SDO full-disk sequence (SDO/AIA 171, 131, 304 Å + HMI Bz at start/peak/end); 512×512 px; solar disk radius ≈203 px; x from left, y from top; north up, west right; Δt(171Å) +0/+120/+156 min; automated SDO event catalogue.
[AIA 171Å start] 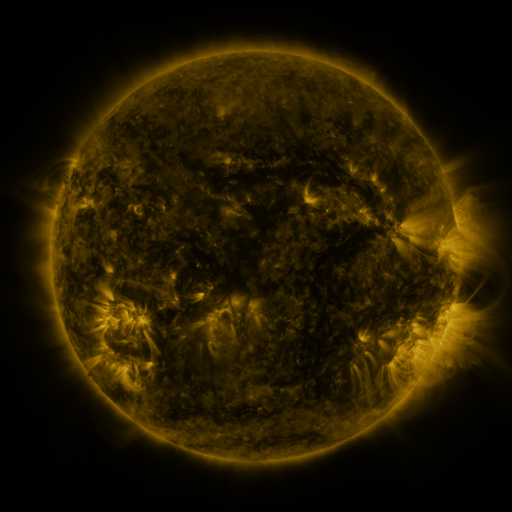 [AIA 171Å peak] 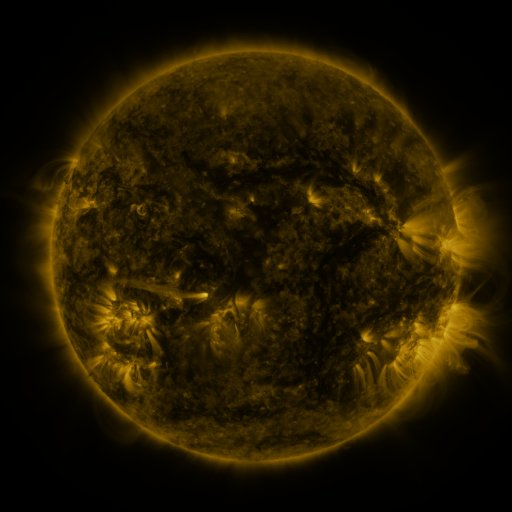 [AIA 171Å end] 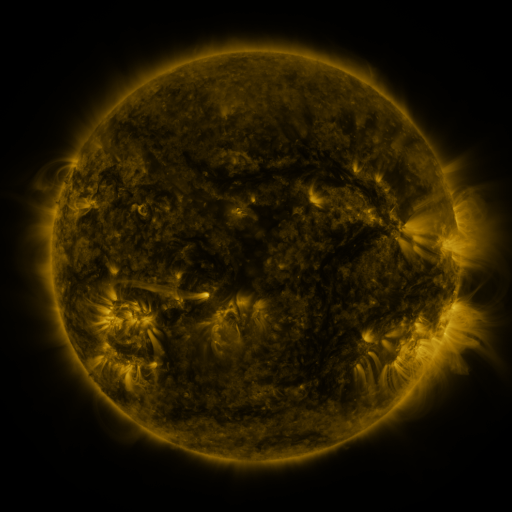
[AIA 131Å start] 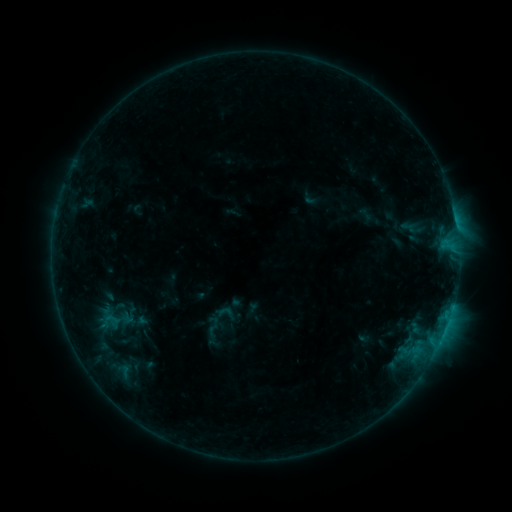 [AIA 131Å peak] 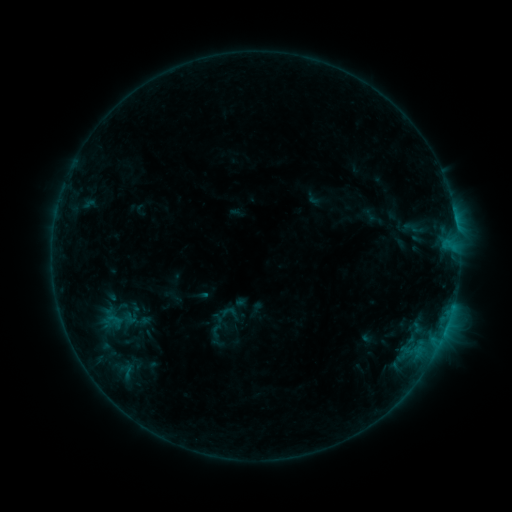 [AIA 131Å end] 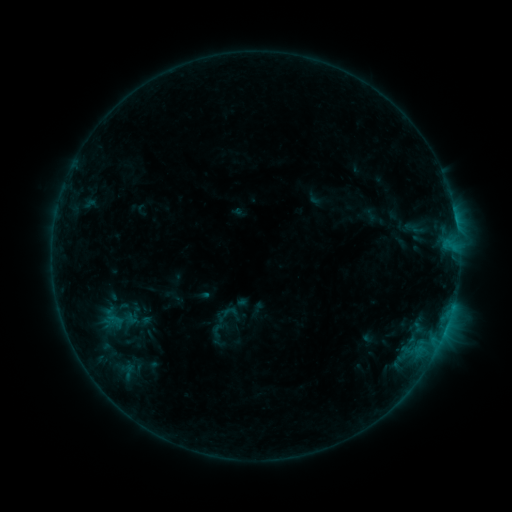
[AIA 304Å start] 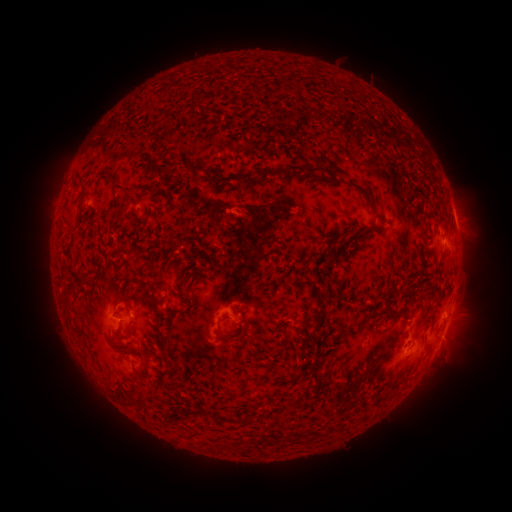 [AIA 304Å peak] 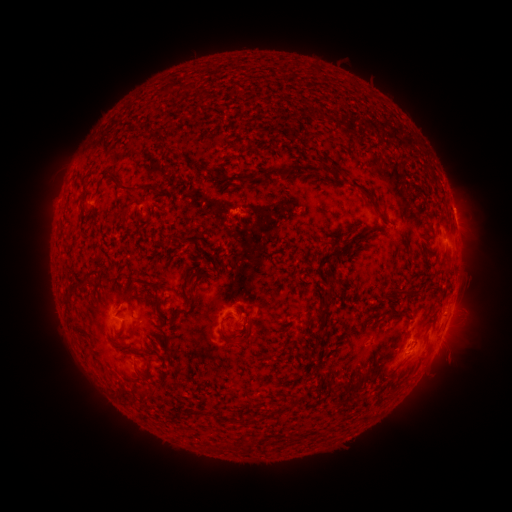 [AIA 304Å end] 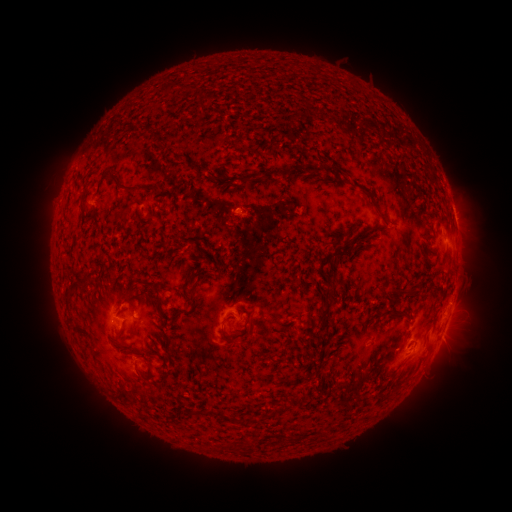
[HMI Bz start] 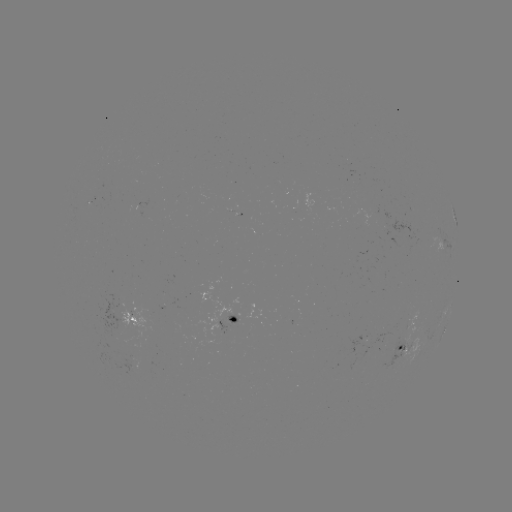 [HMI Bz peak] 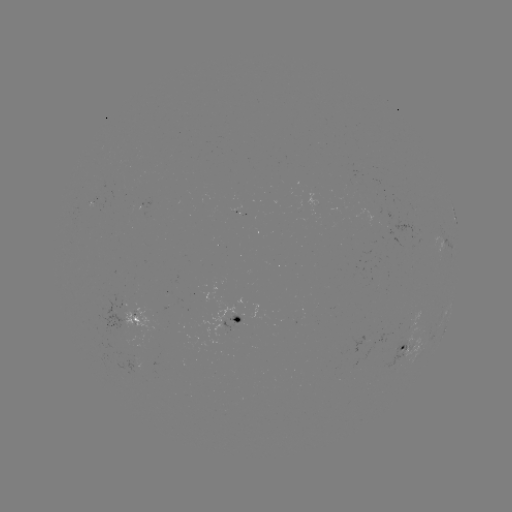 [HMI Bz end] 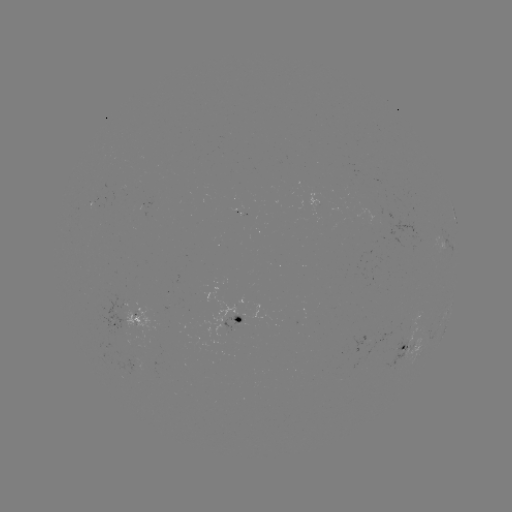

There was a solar emerging-flux region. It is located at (121, 324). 